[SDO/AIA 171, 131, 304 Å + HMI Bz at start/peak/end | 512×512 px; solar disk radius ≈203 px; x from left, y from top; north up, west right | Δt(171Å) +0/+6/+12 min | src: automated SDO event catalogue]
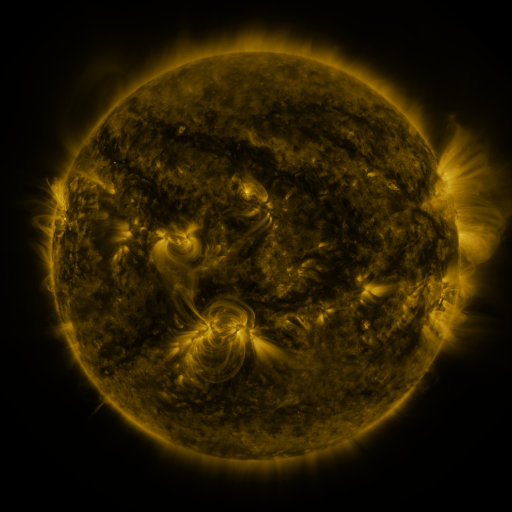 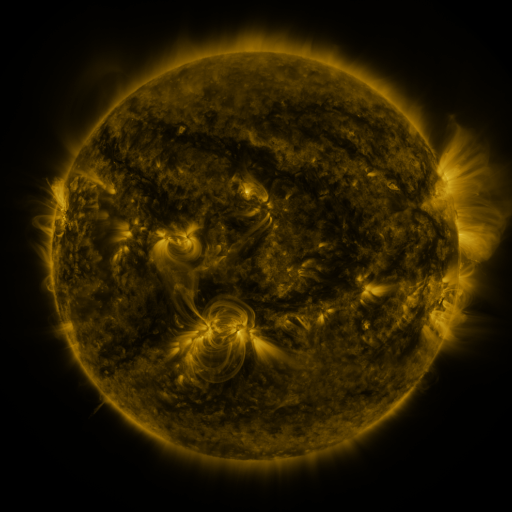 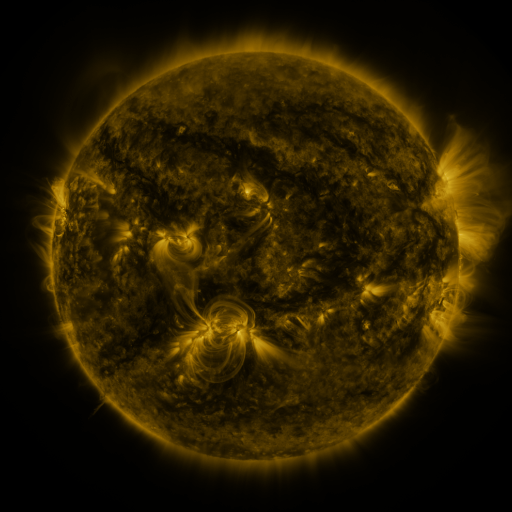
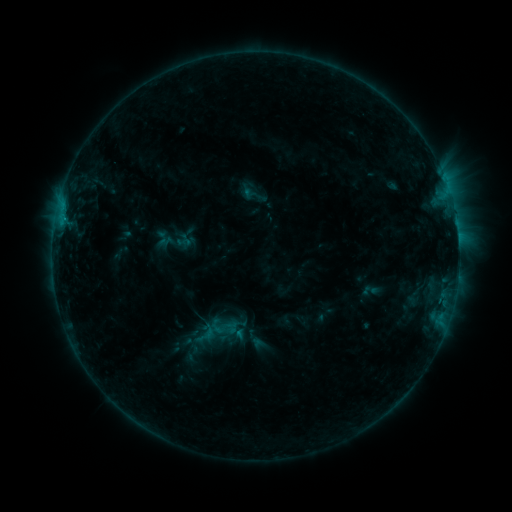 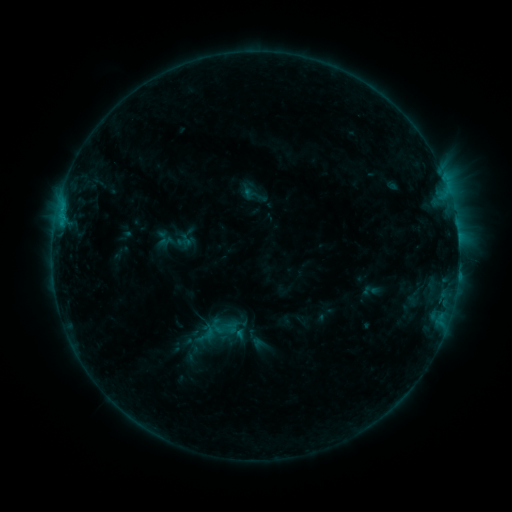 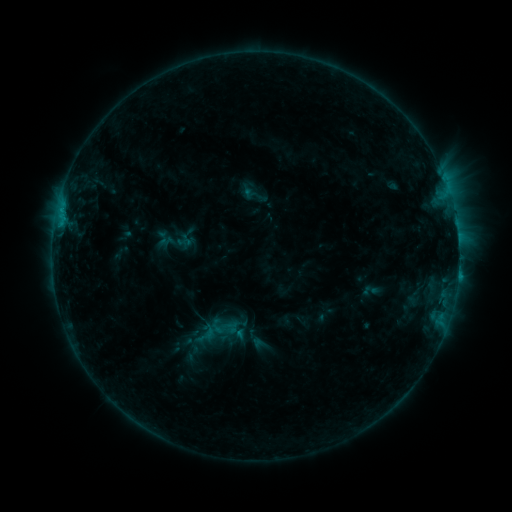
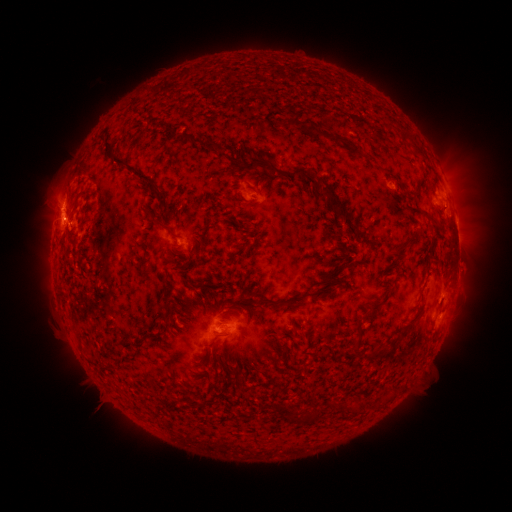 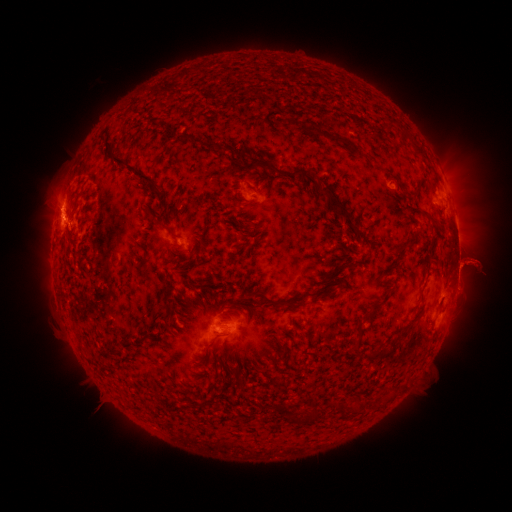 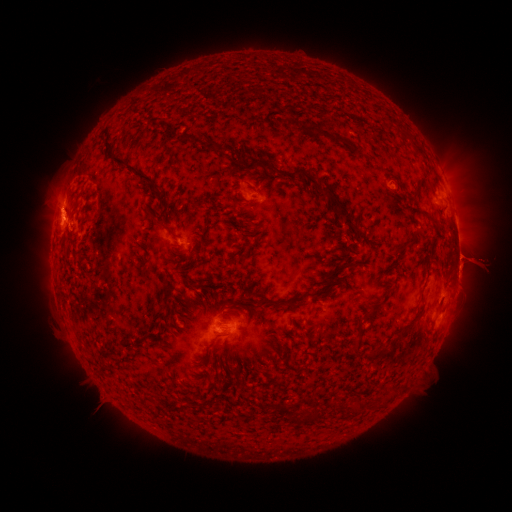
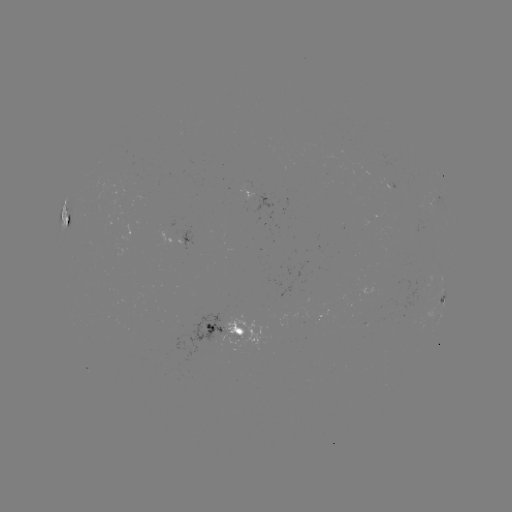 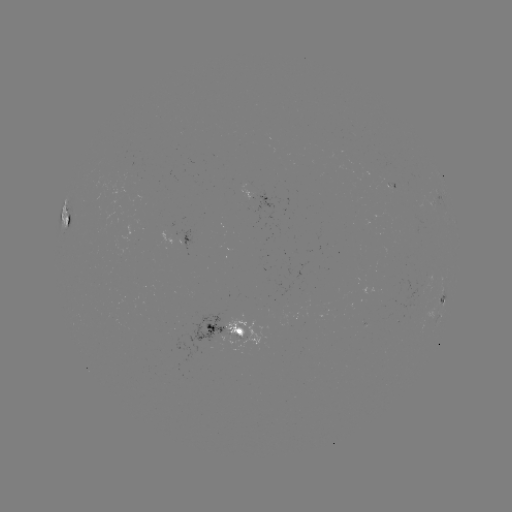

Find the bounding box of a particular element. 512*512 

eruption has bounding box [446, 231, 501, 285].